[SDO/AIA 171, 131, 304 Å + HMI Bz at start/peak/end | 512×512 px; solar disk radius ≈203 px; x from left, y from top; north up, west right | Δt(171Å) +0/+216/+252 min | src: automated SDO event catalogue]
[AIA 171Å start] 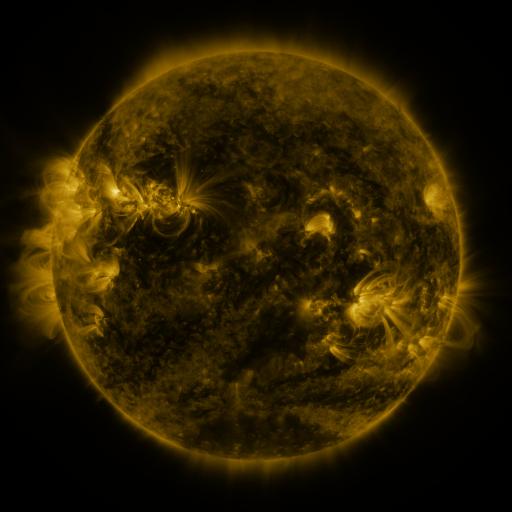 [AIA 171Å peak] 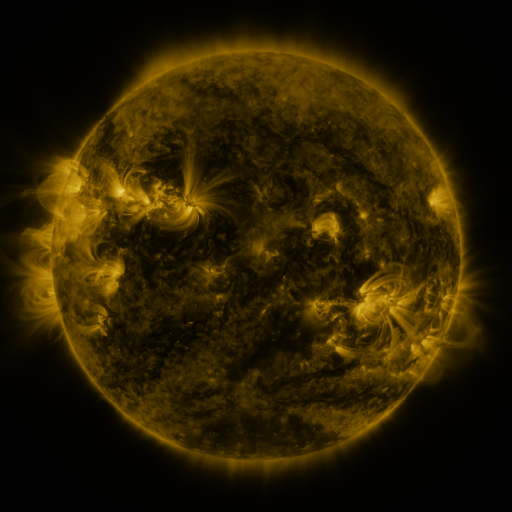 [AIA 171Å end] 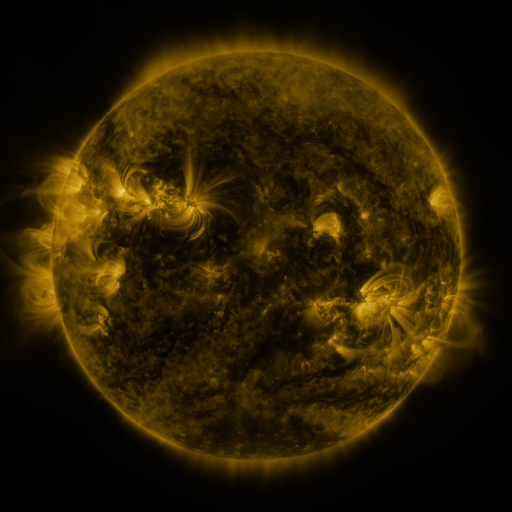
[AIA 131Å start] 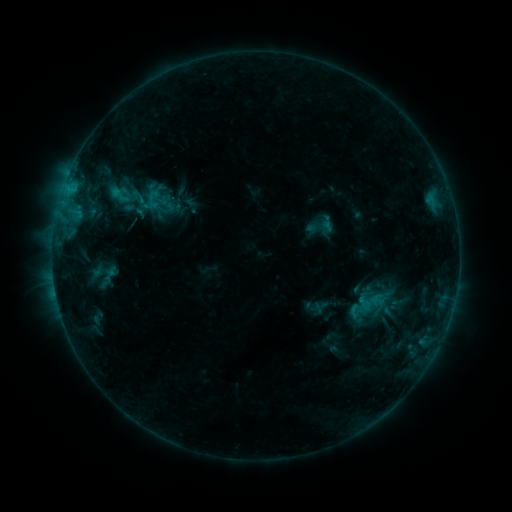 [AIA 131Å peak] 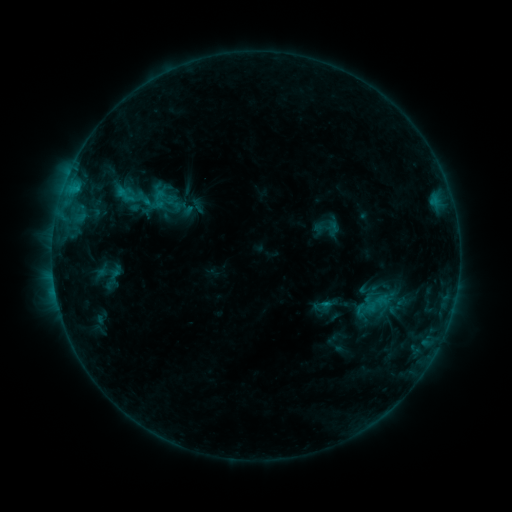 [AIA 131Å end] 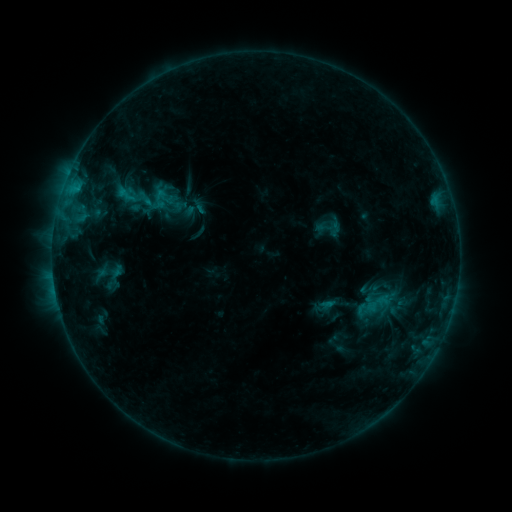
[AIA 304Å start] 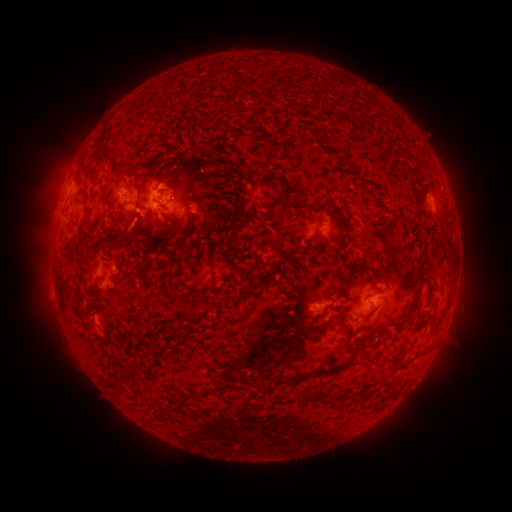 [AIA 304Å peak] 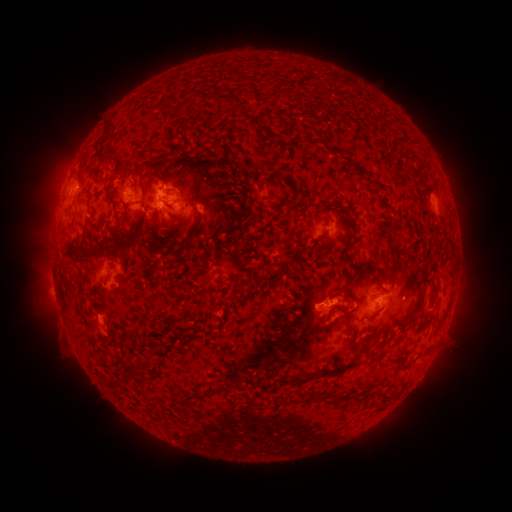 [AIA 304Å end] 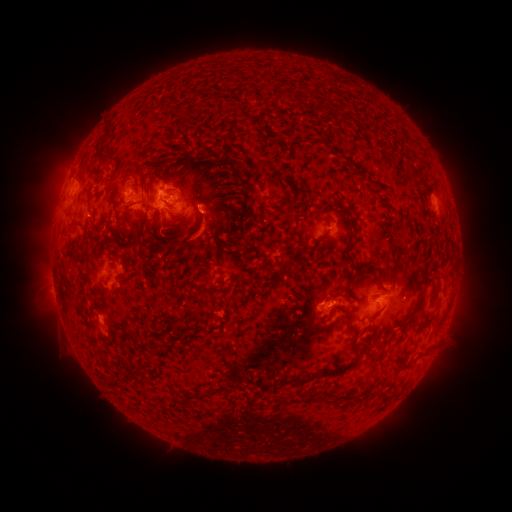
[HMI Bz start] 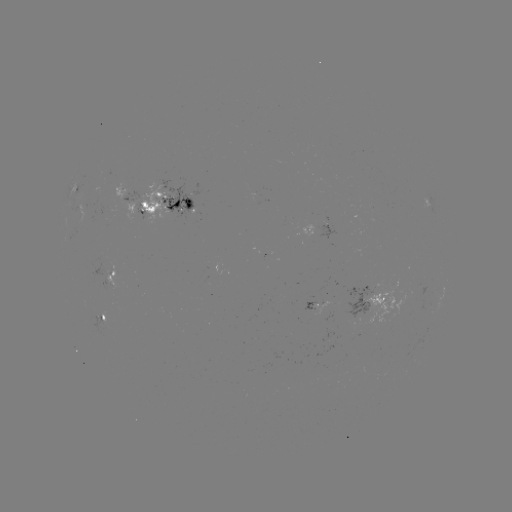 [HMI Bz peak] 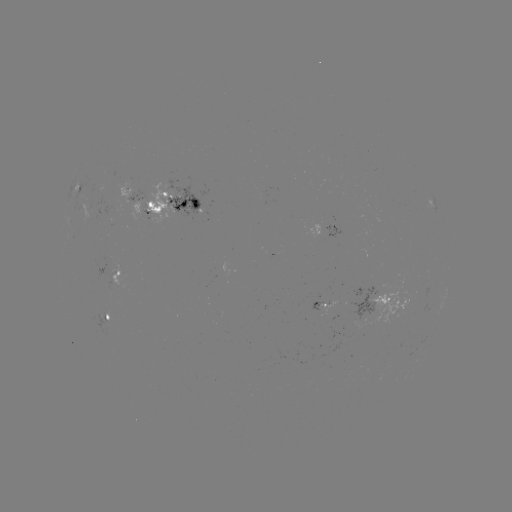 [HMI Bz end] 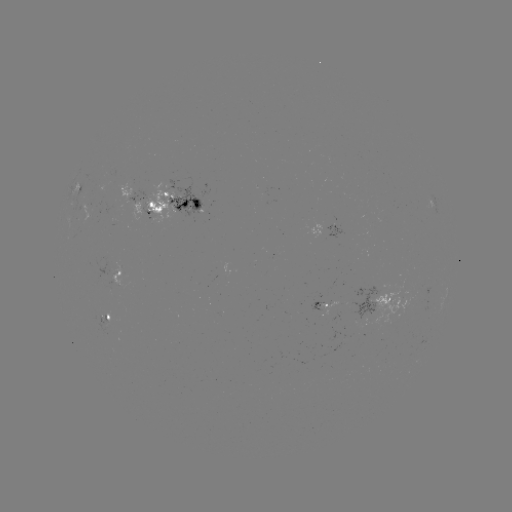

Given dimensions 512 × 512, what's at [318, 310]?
emerging-flux region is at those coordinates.